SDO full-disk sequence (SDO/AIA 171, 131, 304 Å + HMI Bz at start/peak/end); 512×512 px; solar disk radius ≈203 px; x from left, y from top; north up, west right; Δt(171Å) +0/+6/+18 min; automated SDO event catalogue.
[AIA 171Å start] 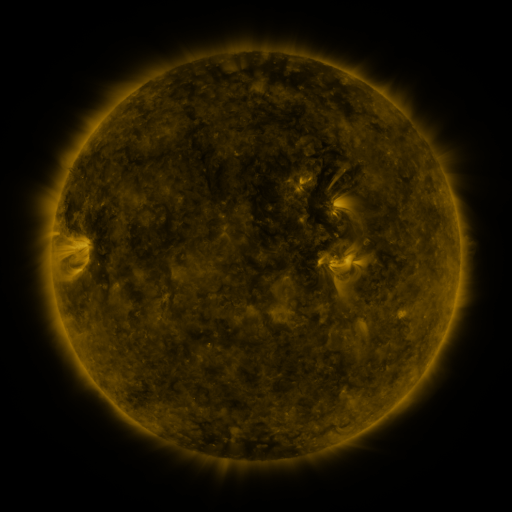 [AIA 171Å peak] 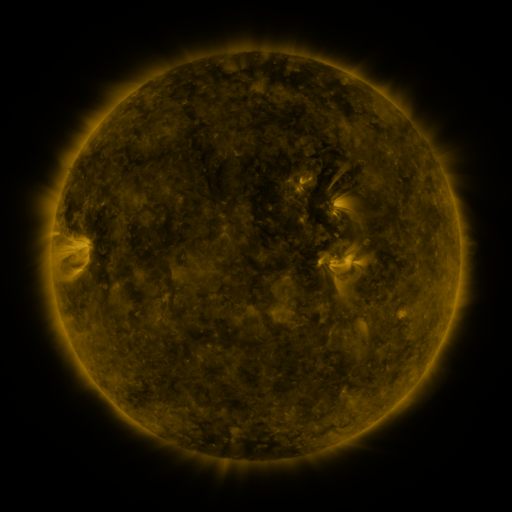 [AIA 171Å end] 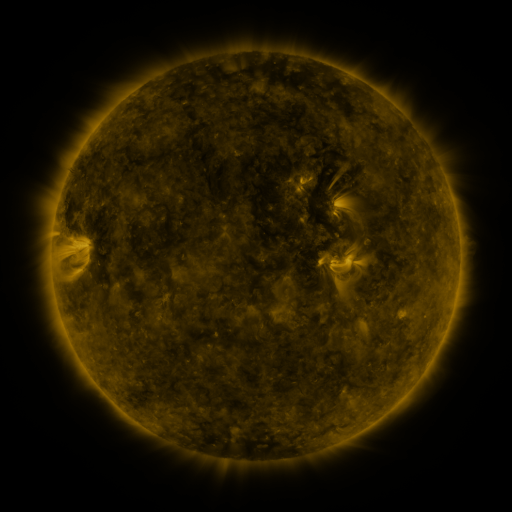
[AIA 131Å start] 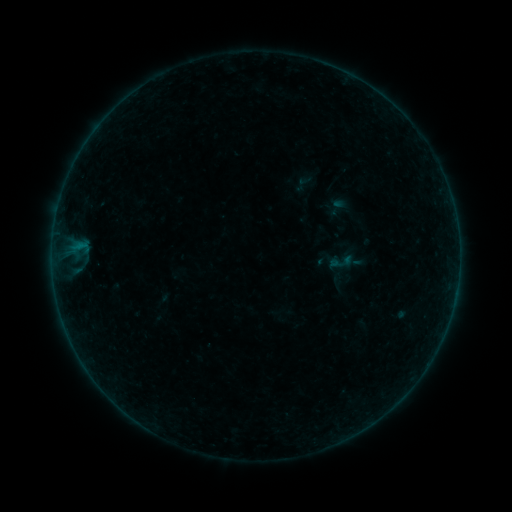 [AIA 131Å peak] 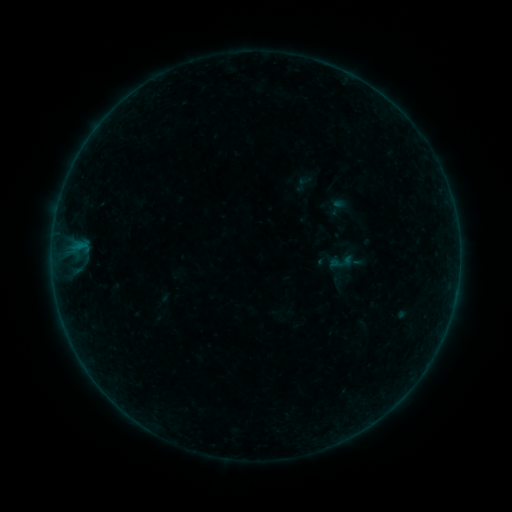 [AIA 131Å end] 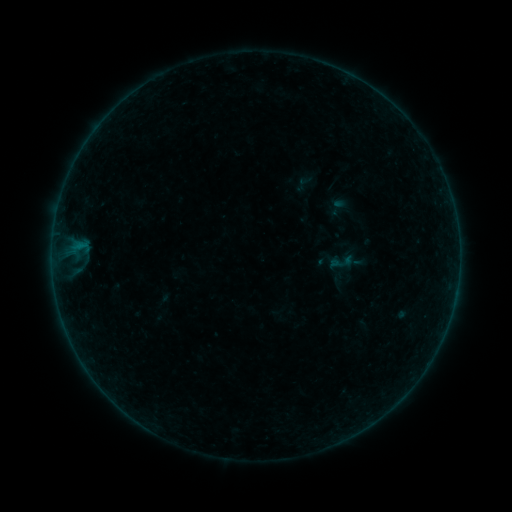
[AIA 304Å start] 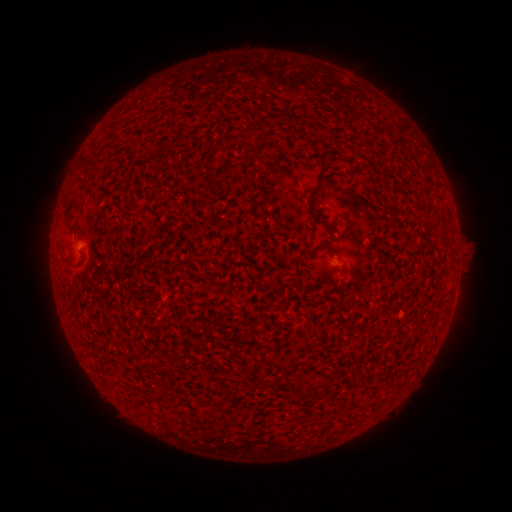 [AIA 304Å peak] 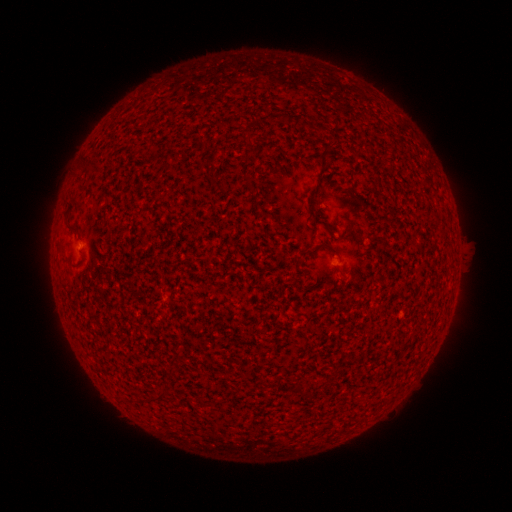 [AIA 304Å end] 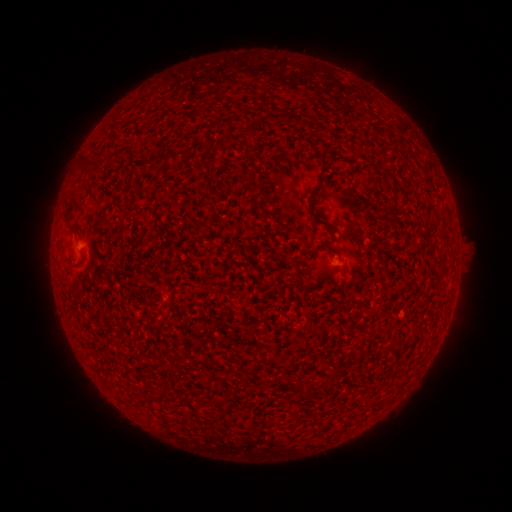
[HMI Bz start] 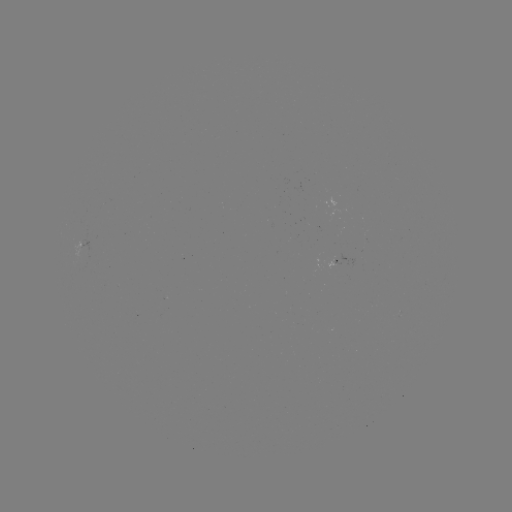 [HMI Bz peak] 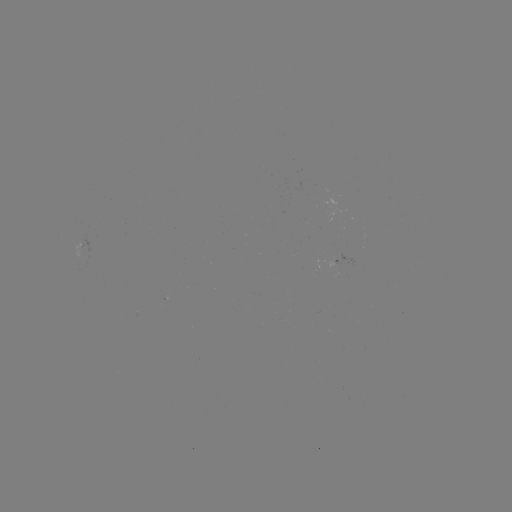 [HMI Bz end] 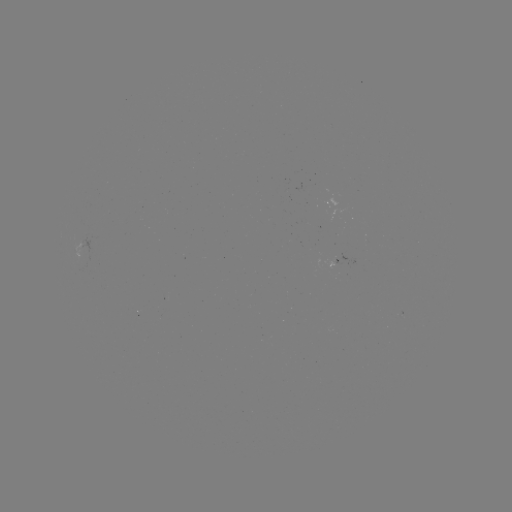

no flare in any classed list; no EUV-trigger detection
